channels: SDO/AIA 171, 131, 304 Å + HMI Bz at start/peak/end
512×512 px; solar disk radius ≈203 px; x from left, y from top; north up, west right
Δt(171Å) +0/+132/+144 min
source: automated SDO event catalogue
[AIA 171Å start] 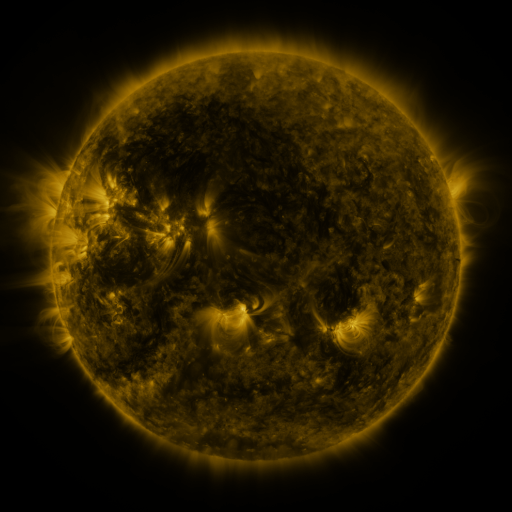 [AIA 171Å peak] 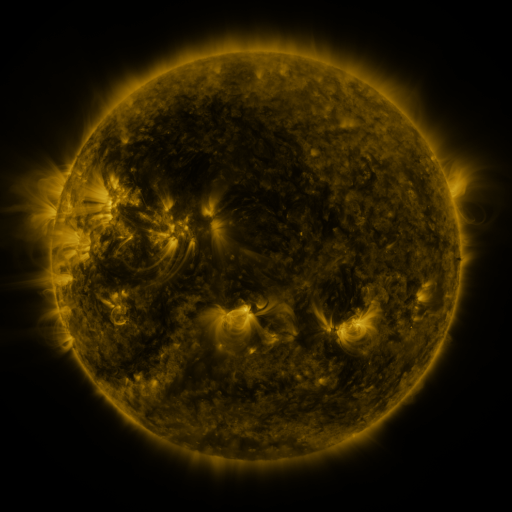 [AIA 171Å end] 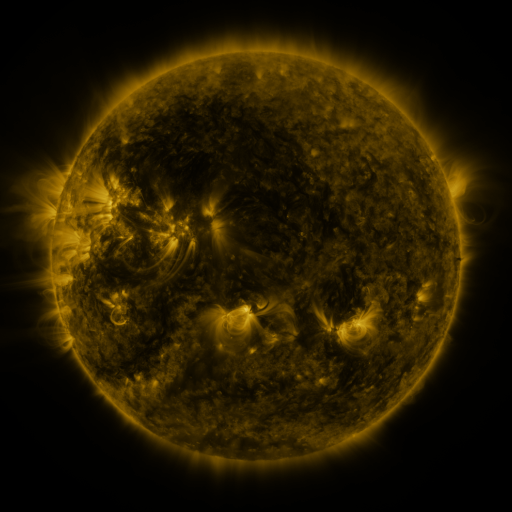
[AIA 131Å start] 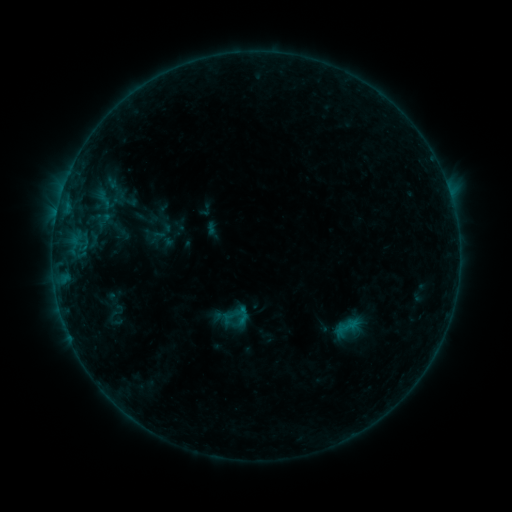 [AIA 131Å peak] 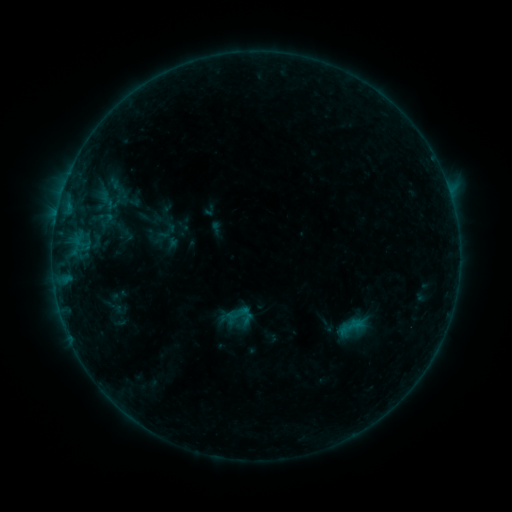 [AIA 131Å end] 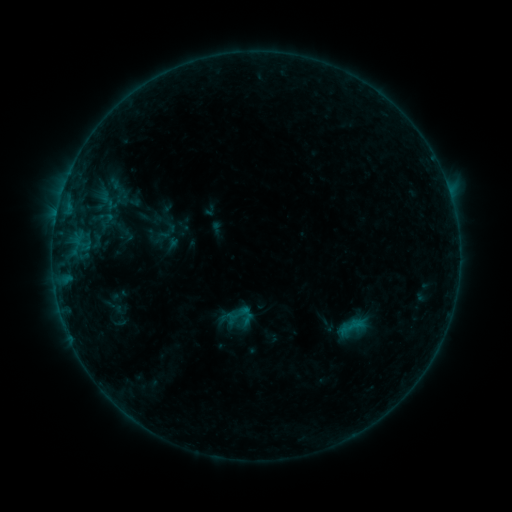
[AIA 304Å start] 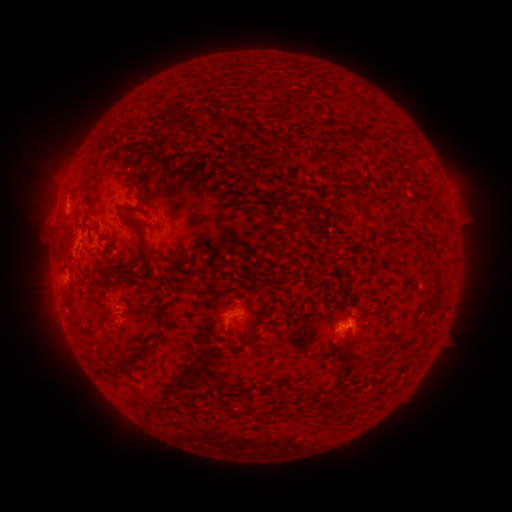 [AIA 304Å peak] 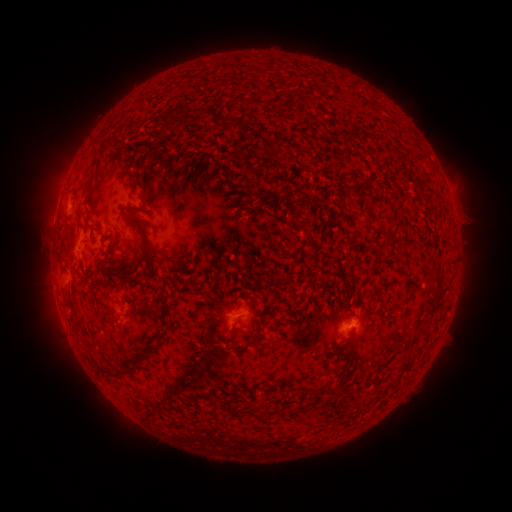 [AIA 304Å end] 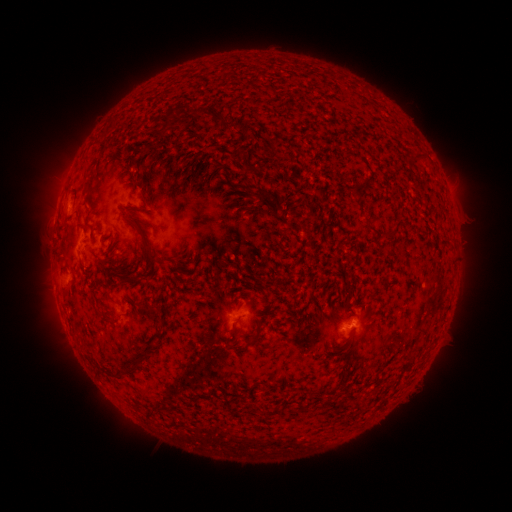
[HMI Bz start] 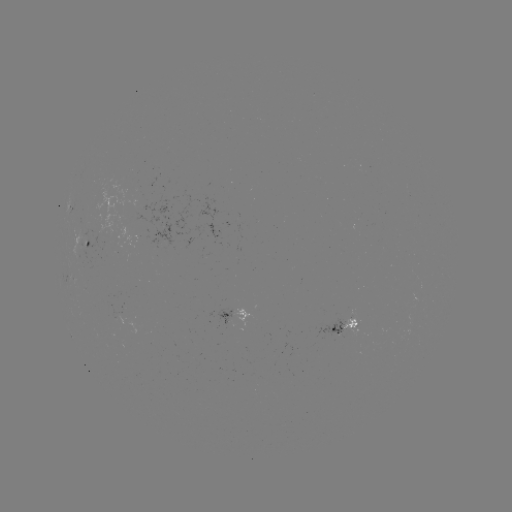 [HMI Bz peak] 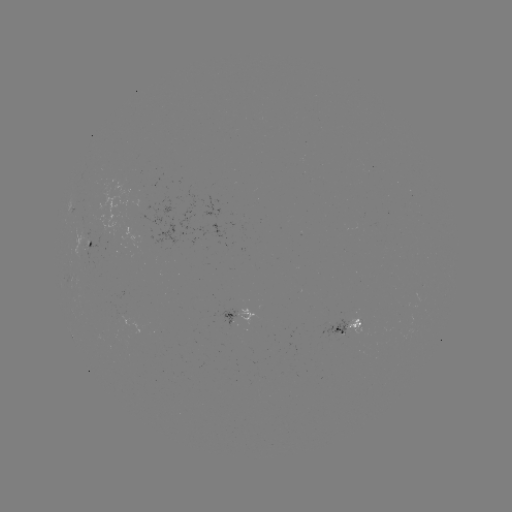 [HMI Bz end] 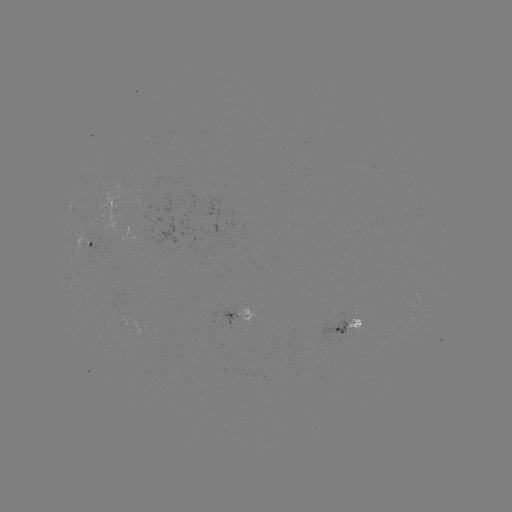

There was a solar emerging-flux region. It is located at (82, 240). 